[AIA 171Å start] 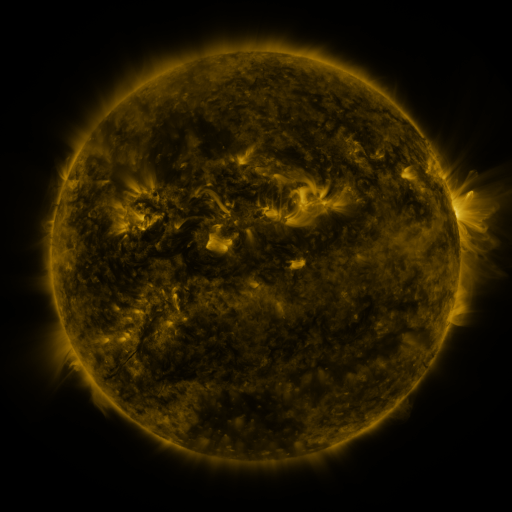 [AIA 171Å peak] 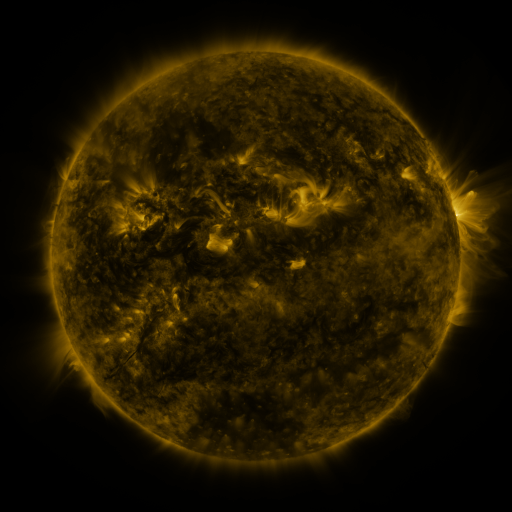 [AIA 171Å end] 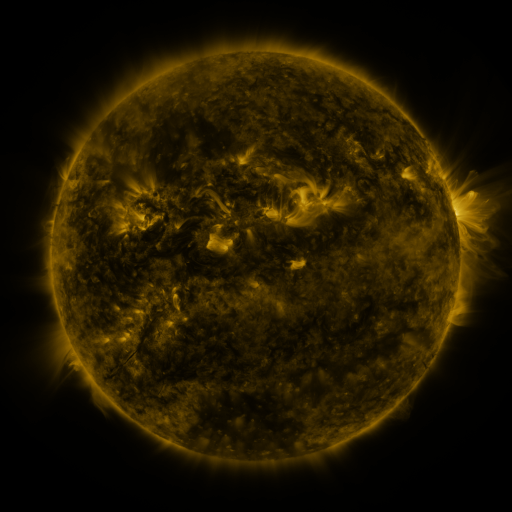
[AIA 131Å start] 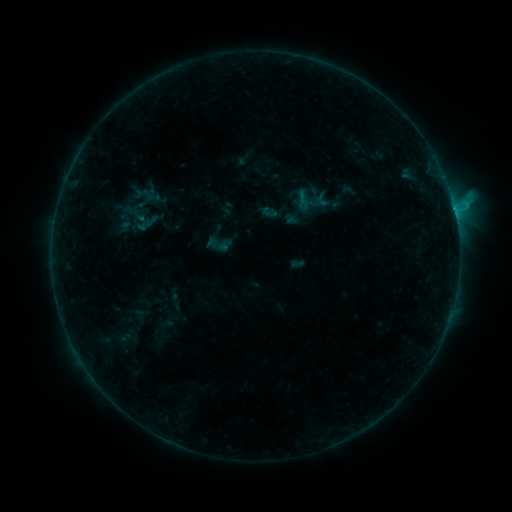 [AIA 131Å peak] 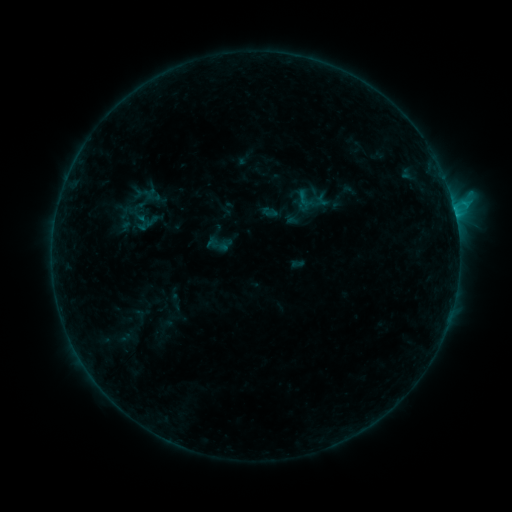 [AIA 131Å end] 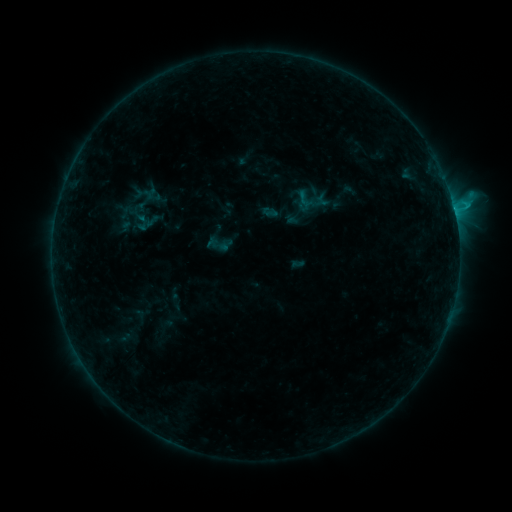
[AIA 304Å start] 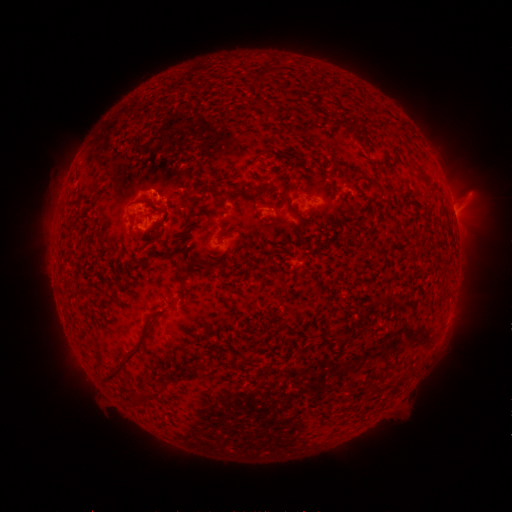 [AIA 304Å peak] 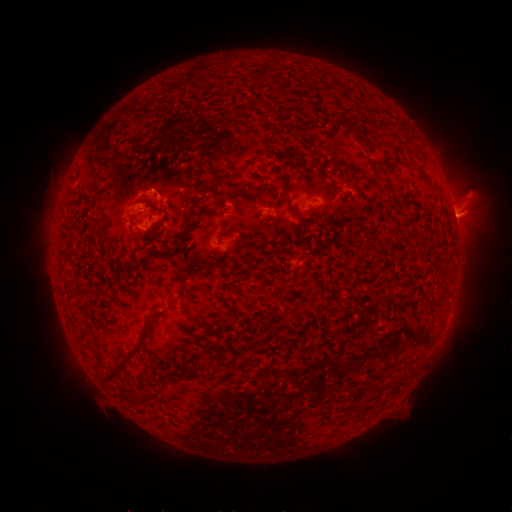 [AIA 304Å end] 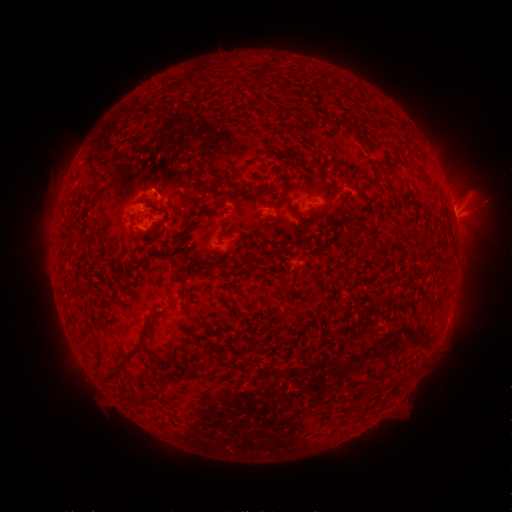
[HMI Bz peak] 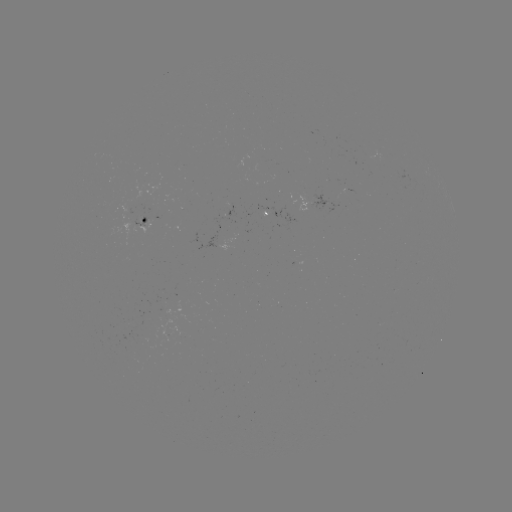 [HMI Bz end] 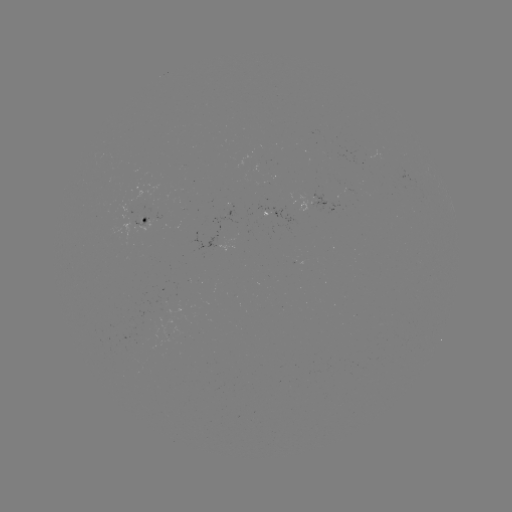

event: eruption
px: (478, 209)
